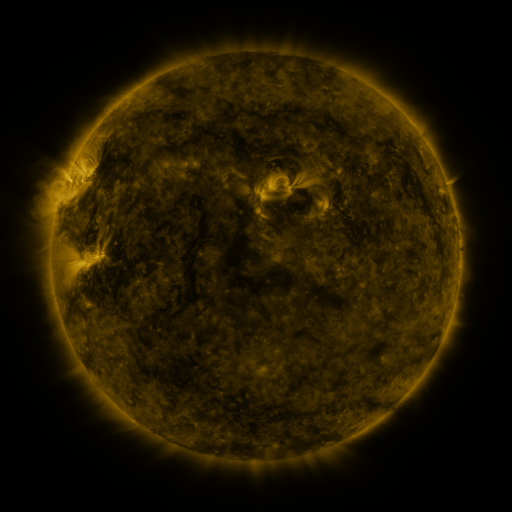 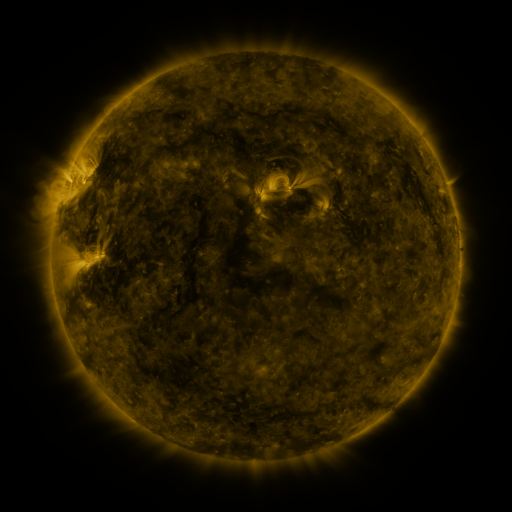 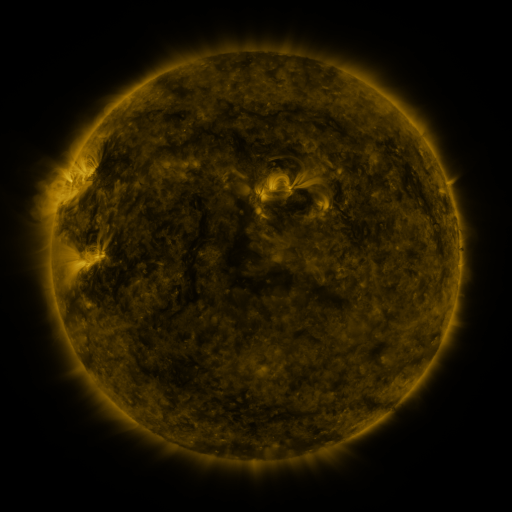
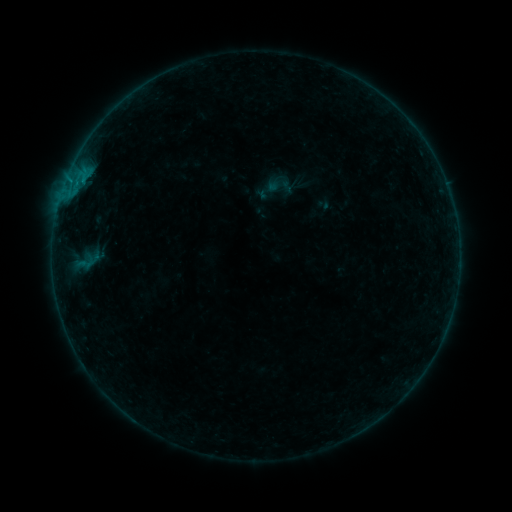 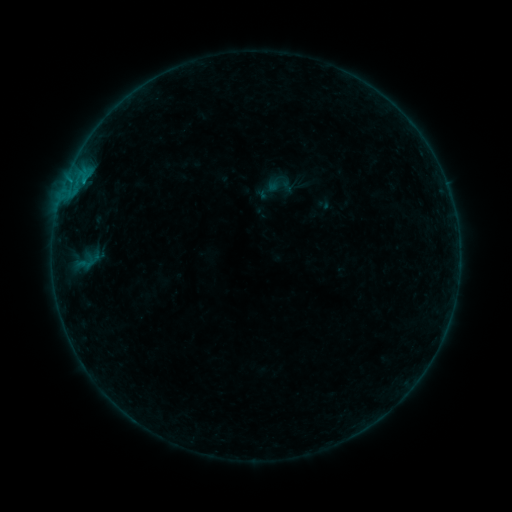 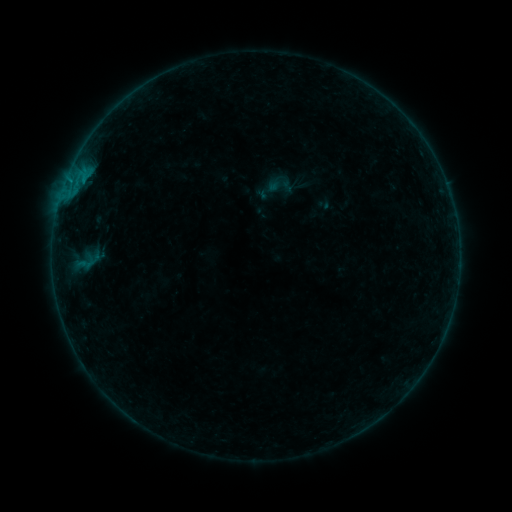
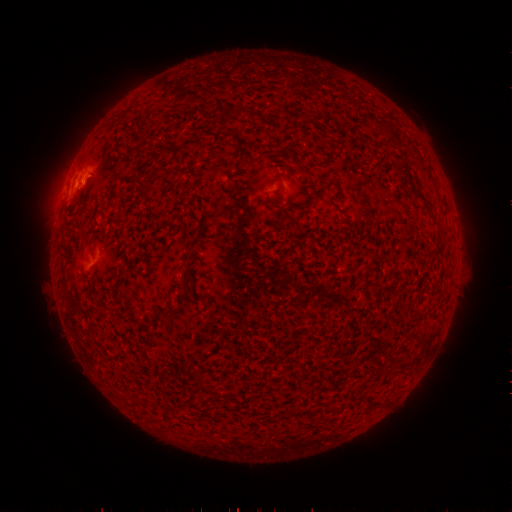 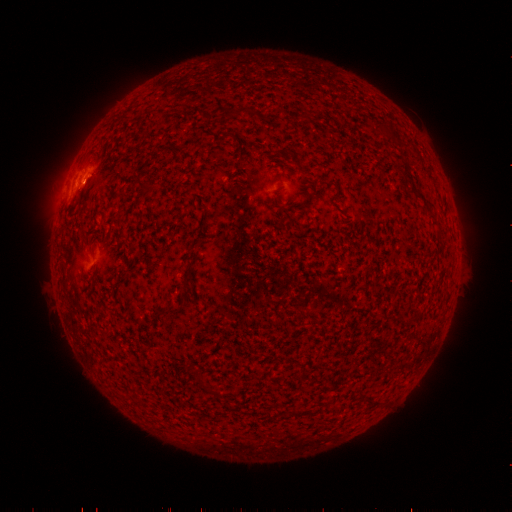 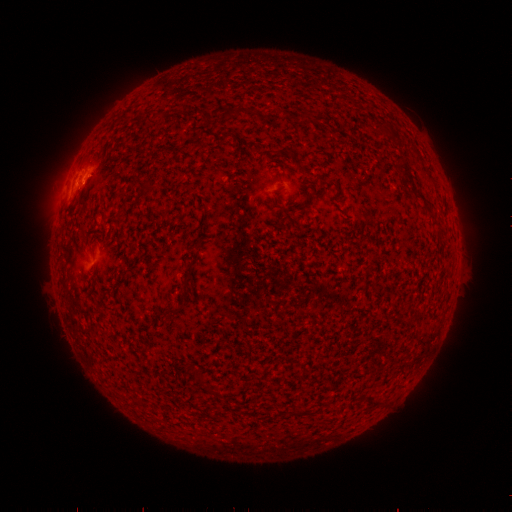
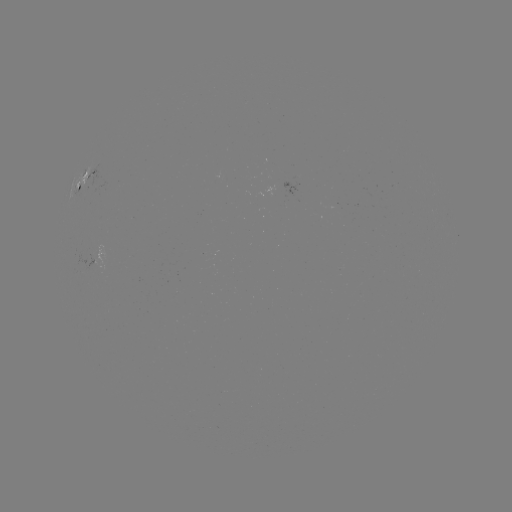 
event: flare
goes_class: B2.5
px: (85, 182)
